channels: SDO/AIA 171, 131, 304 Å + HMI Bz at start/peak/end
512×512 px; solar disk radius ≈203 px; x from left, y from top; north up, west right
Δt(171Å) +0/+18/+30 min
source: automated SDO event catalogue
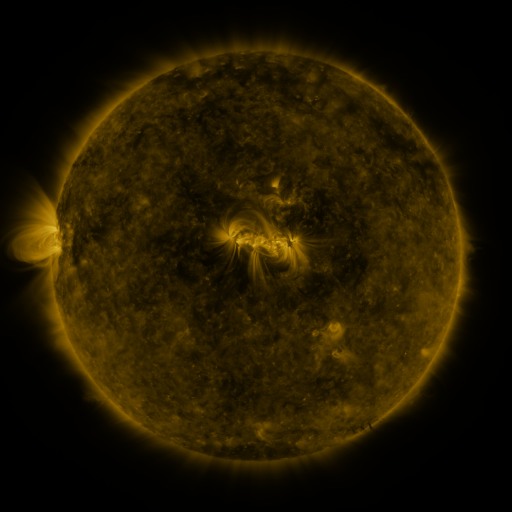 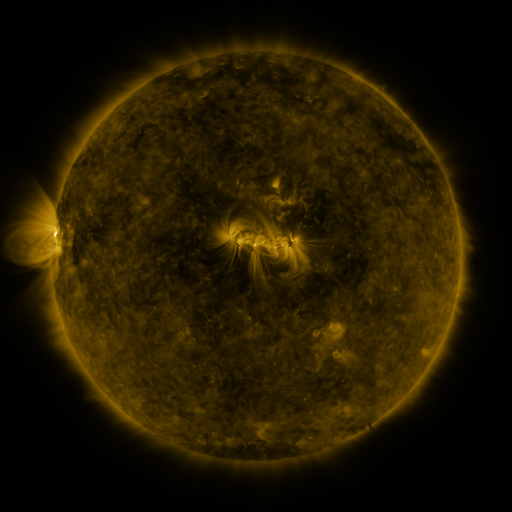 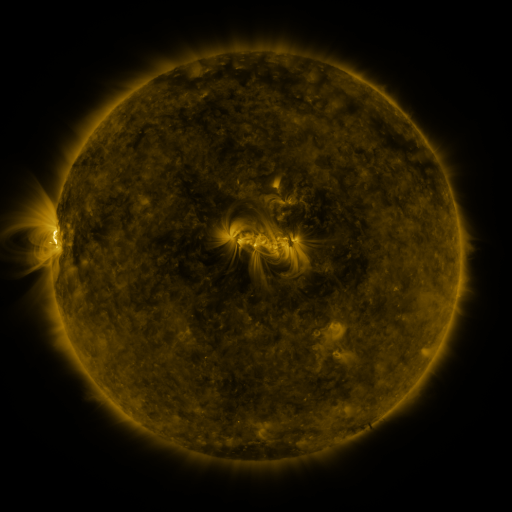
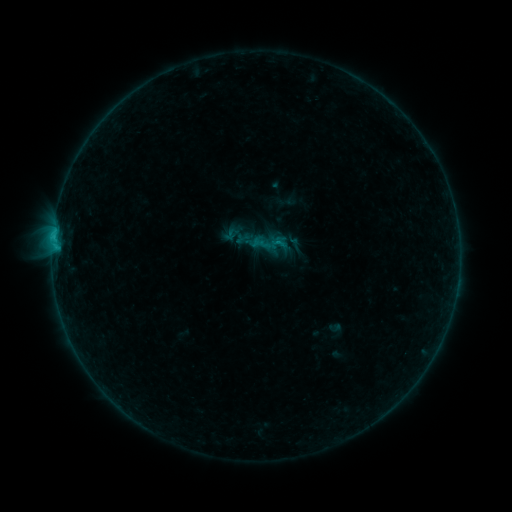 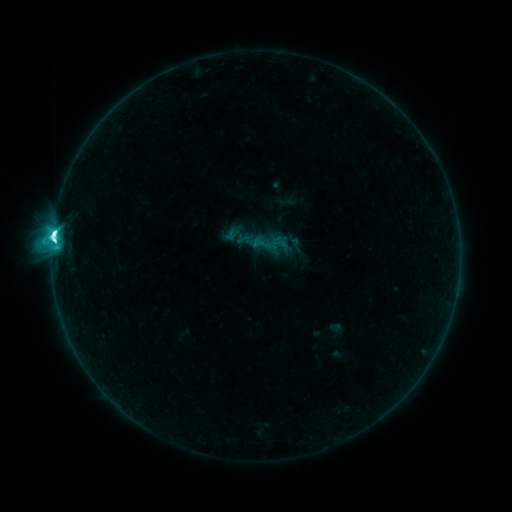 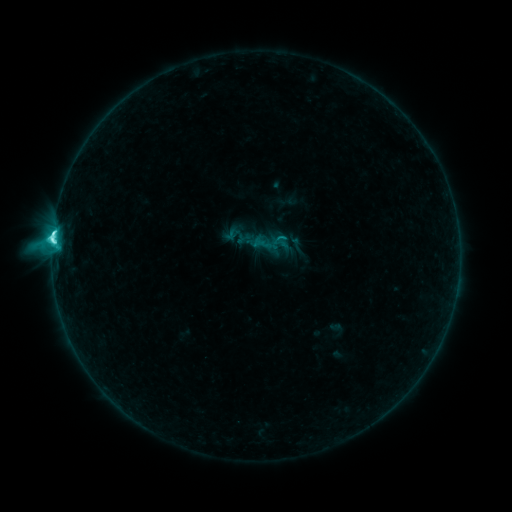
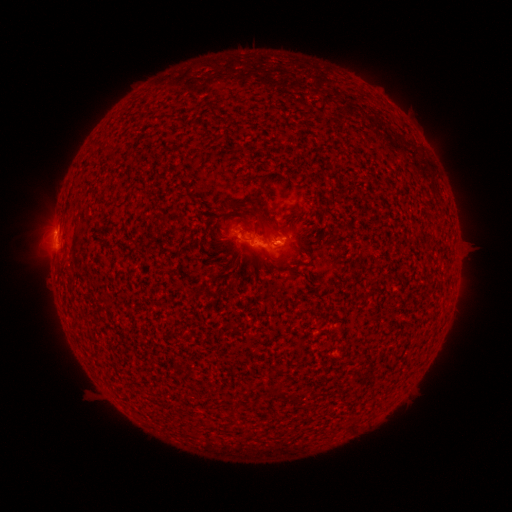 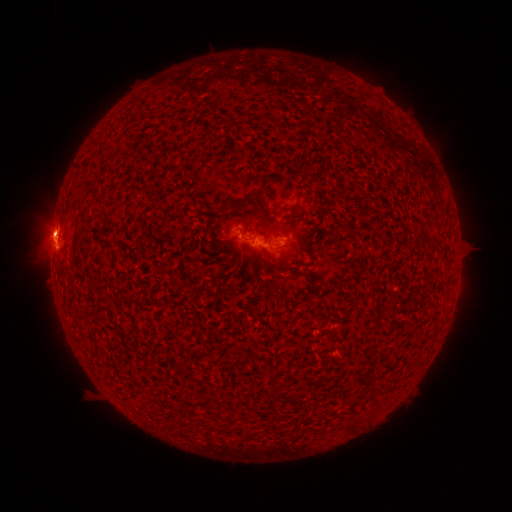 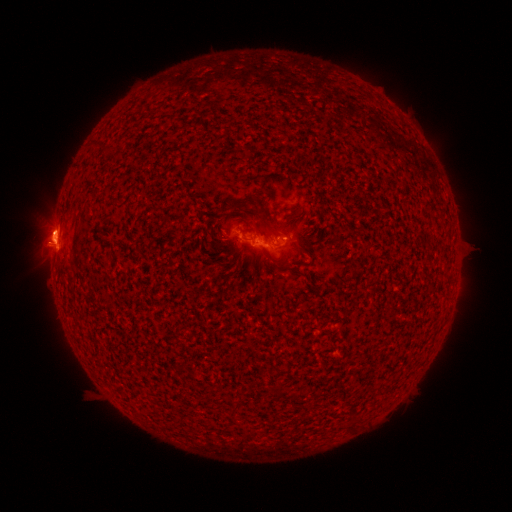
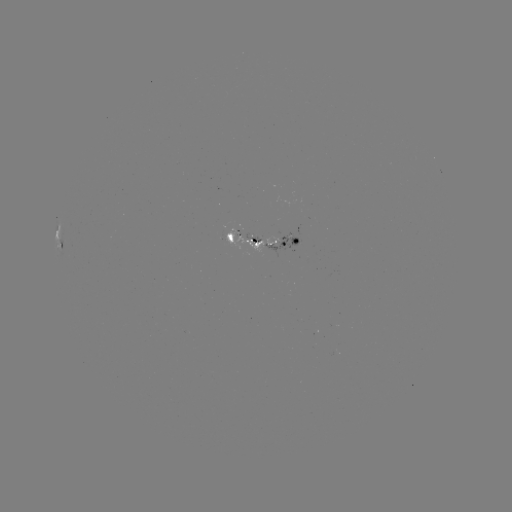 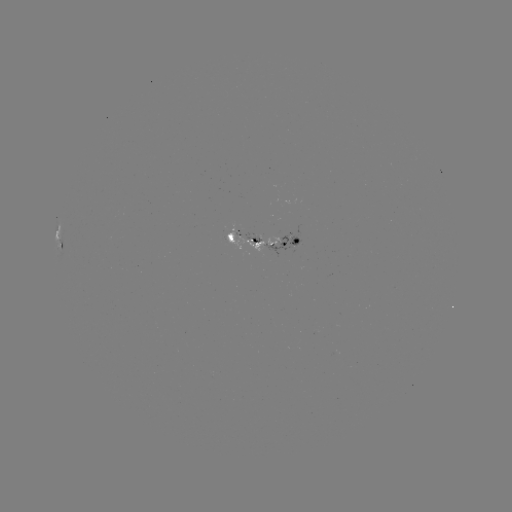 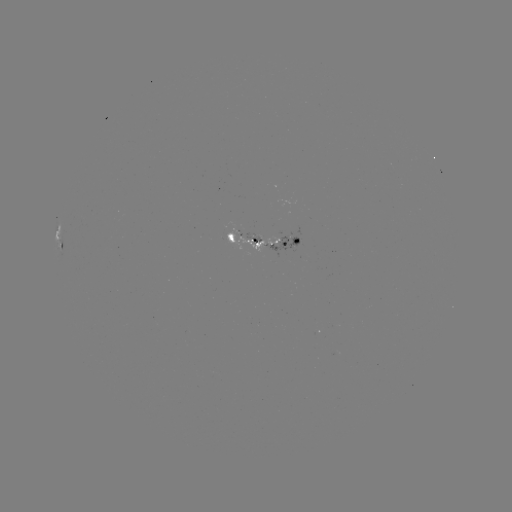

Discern C9.4 flare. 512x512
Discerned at [54, 237].